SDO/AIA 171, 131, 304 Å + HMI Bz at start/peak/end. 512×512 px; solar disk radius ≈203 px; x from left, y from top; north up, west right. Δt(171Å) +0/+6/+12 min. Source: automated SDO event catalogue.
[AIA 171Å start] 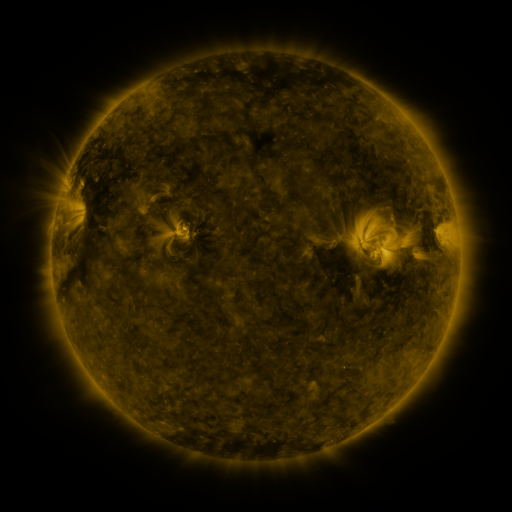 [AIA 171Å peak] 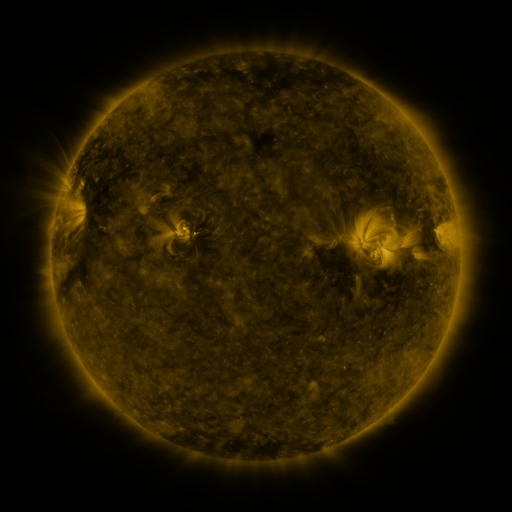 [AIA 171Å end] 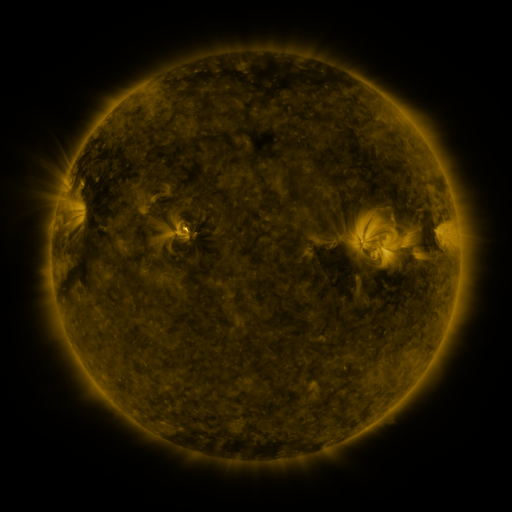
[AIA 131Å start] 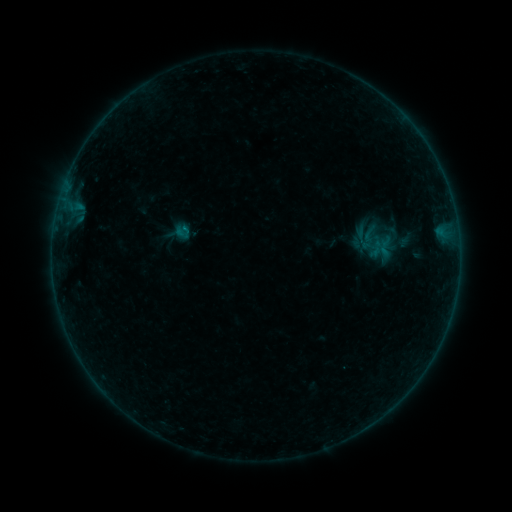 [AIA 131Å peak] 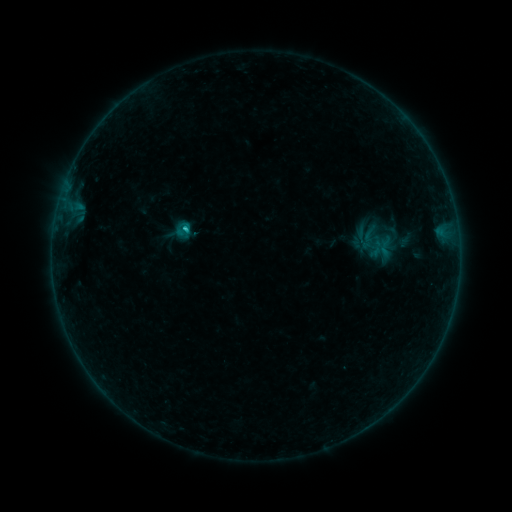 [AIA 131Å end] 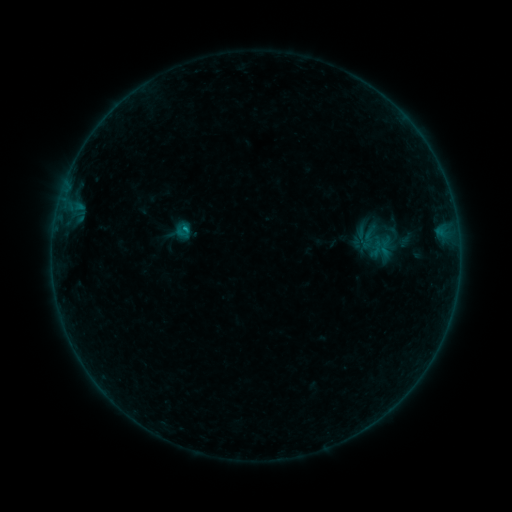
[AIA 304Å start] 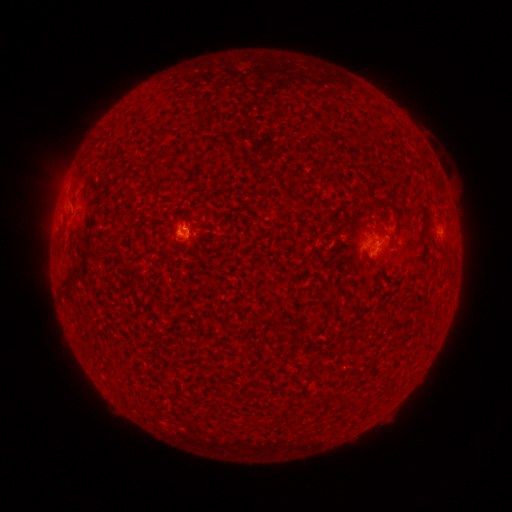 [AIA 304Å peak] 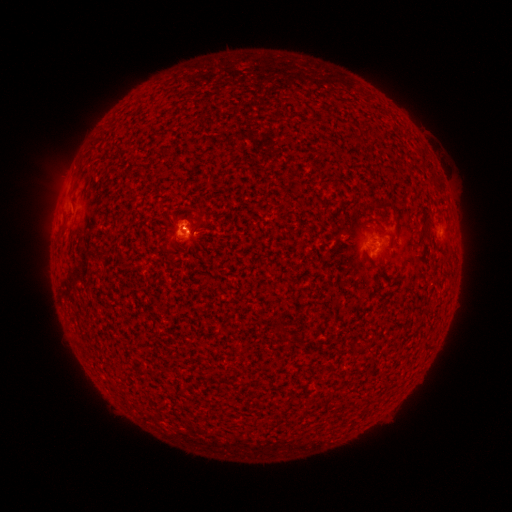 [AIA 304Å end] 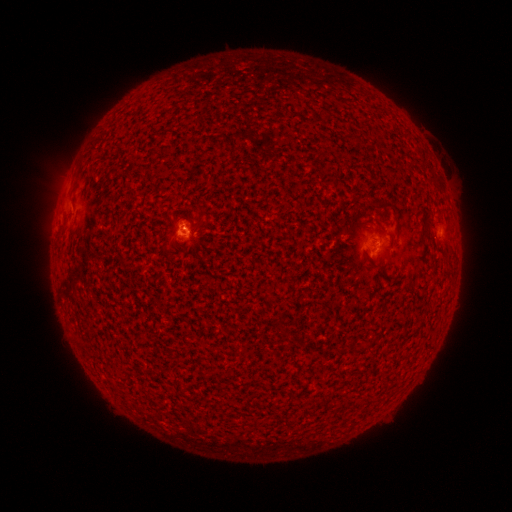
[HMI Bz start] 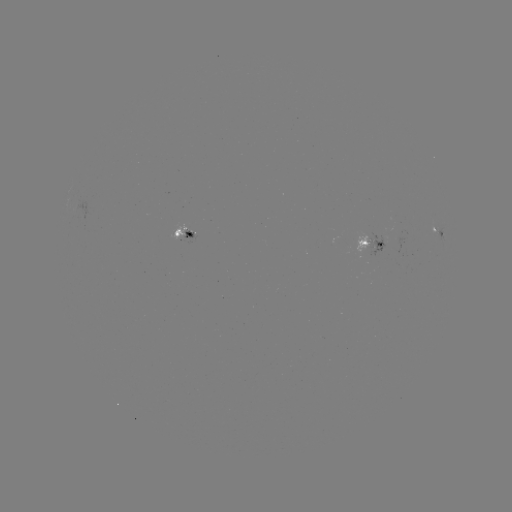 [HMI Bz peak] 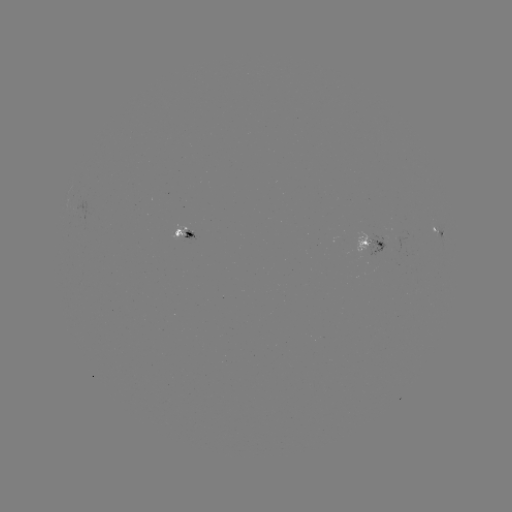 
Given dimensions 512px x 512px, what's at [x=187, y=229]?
B6.3 flare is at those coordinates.